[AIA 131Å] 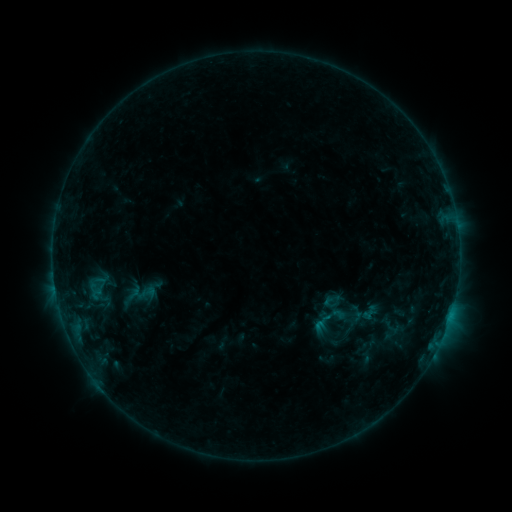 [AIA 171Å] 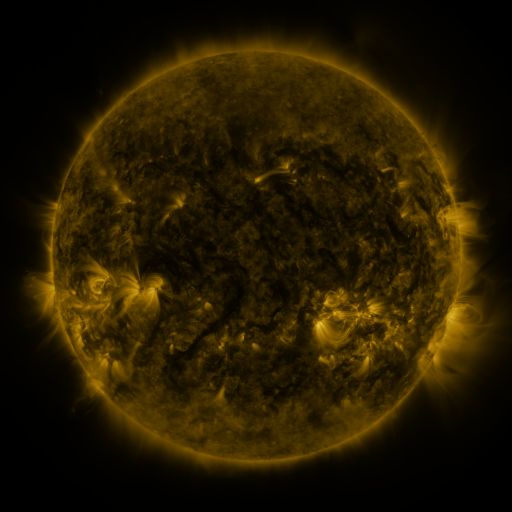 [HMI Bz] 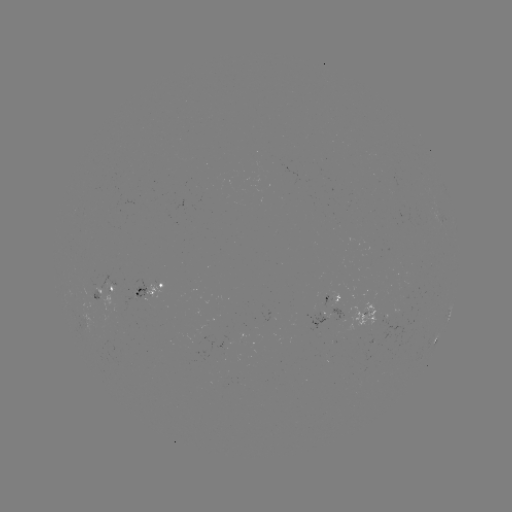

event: sigmoid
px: (138, 294)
